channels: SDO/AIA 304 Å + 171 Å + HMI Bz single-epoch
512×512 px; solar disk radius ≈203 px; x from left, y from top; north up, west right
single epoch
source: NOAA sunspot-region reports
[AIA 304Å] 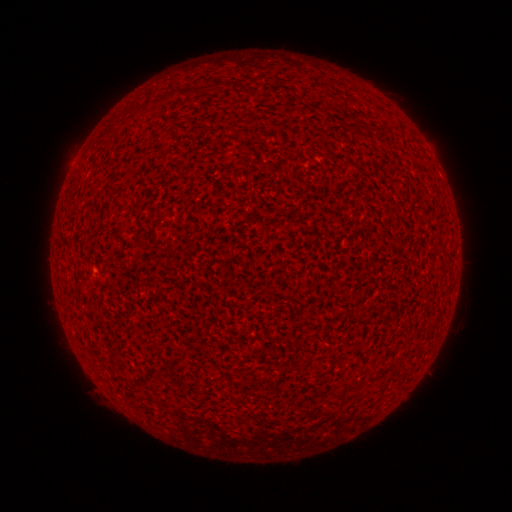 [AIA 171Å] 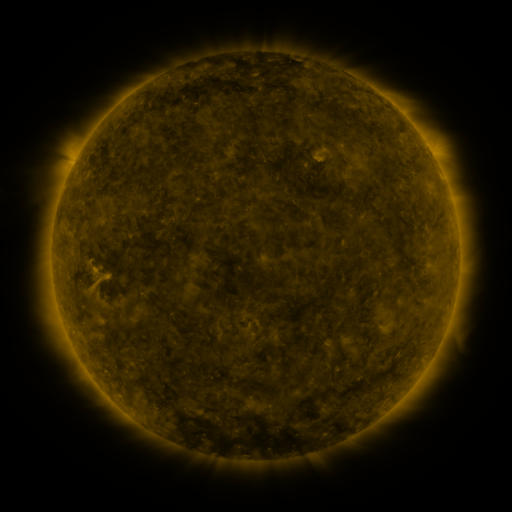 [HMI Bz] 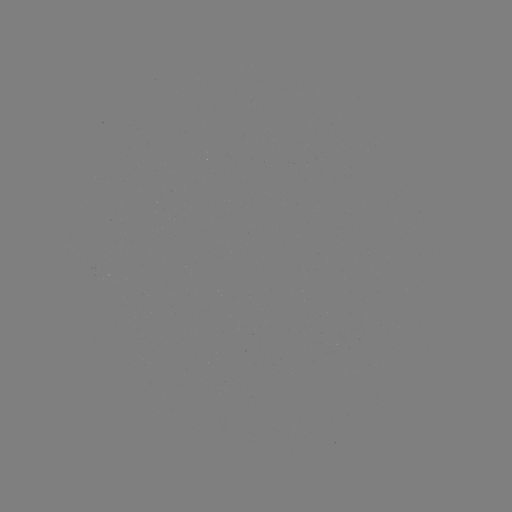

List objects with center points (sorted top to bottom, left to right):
(none)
